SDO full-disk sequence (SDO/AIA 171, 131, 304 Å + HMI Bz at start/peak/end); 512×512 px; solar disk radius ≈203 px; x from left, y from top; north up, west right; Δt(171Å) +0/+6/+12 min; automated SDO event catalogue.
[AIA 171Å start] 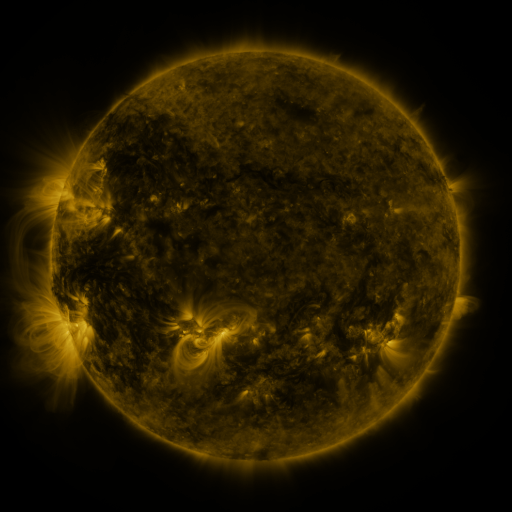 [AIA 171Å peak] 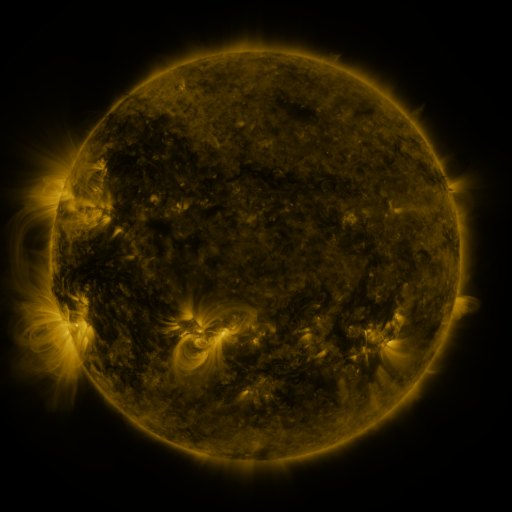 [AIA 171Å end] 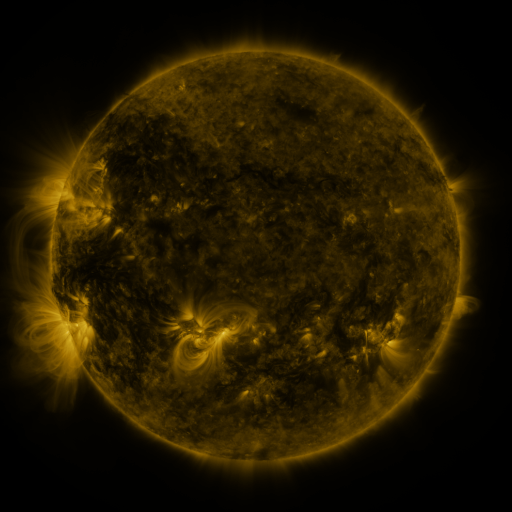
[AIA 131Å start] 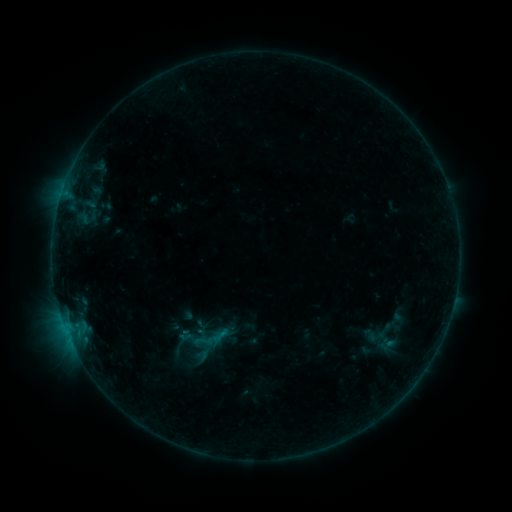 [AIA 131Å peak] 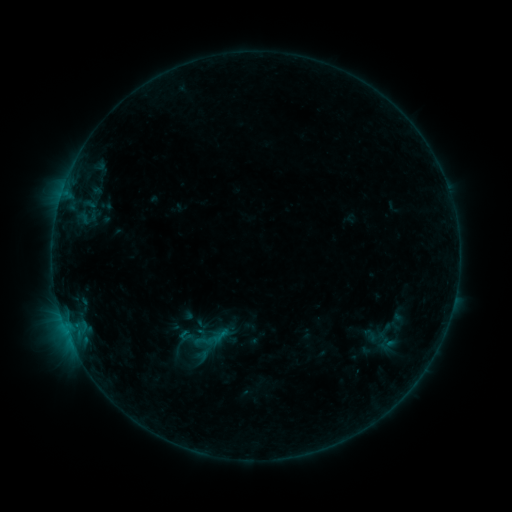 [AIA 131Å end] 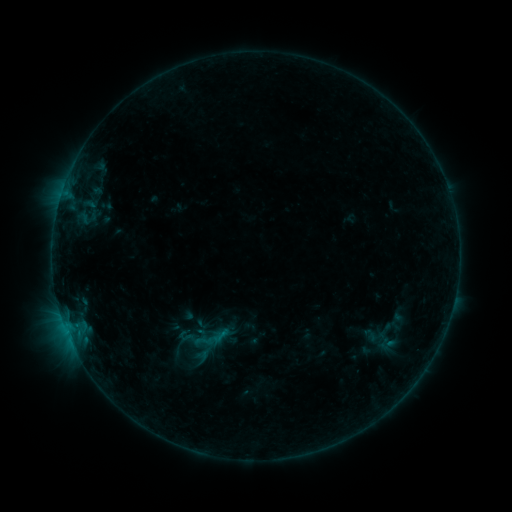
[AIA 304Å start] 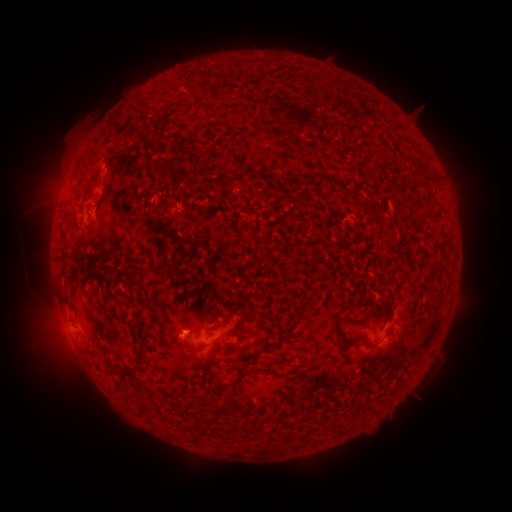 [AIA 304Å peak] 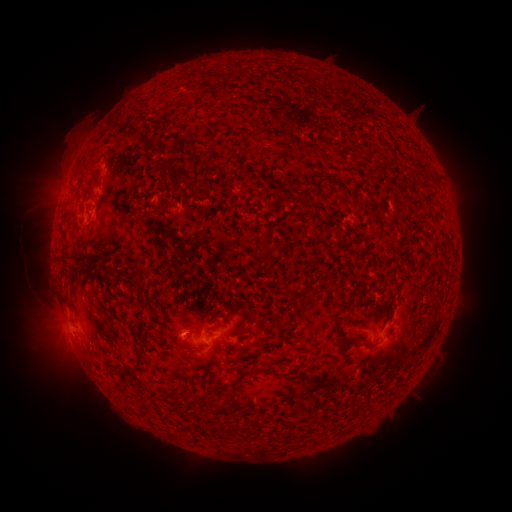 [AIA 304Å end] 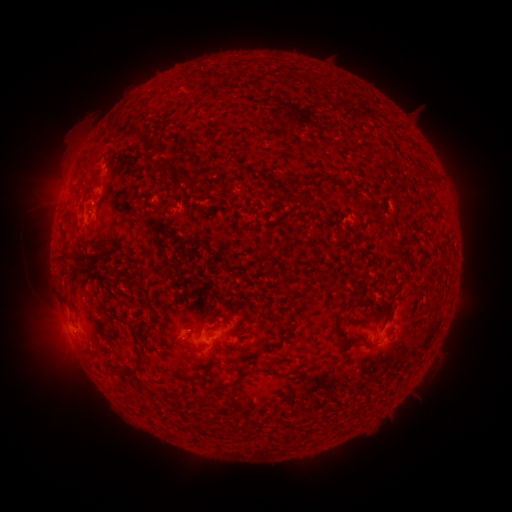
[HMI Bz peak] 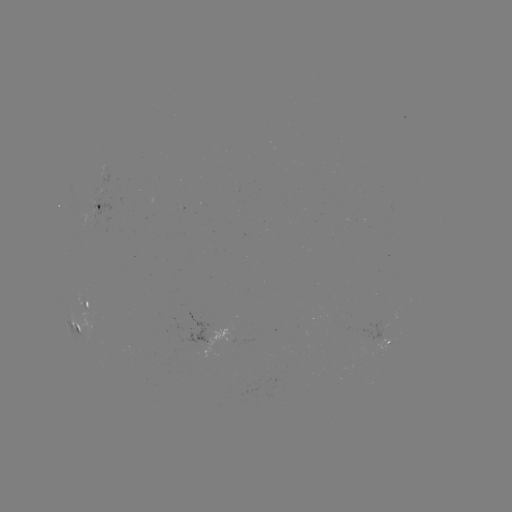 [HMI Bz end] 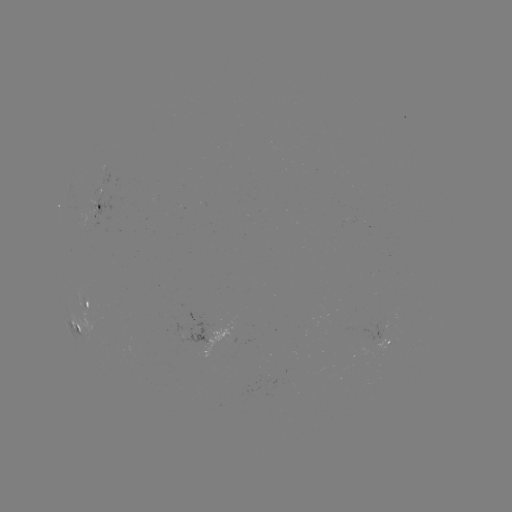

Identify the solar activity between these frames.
no flare in any classed list; no EUV-trigger detection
